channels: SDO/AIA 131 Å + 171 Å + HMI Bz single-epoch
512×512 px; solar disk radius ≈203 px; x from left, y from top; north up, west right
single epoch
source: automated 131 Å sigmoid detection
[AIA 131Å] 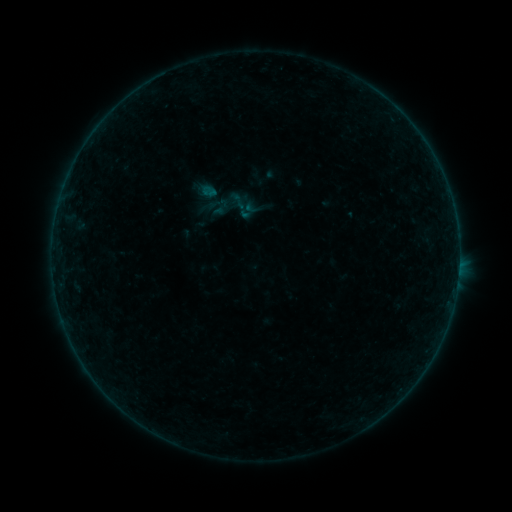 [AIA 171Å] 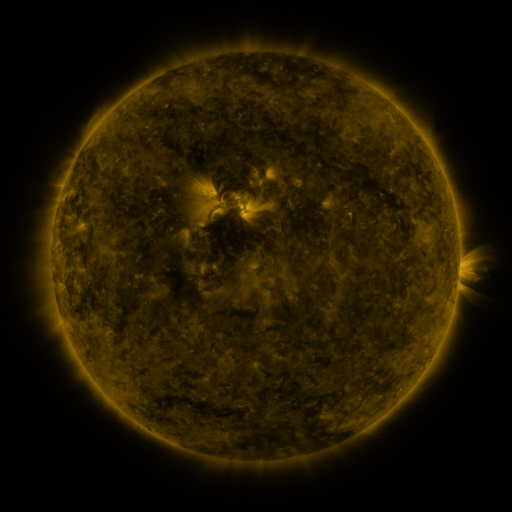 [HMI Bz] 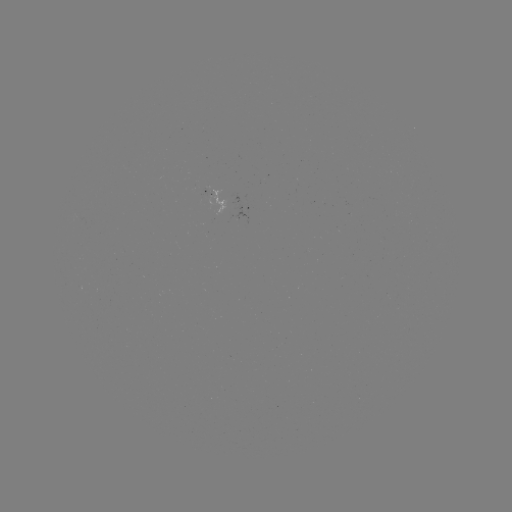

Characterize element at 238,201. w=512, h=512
sigmoid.